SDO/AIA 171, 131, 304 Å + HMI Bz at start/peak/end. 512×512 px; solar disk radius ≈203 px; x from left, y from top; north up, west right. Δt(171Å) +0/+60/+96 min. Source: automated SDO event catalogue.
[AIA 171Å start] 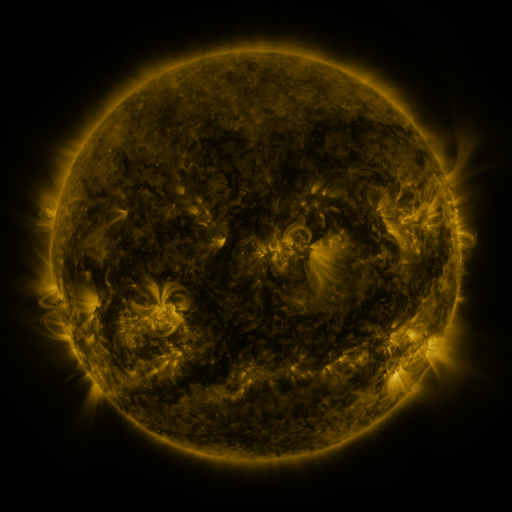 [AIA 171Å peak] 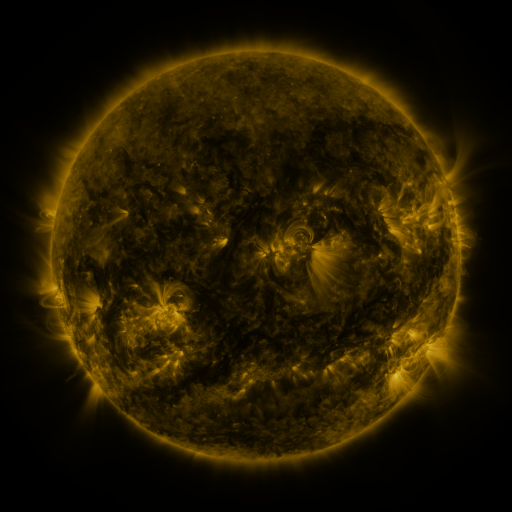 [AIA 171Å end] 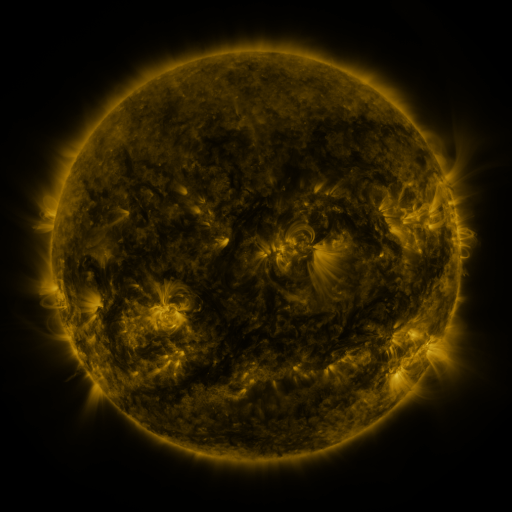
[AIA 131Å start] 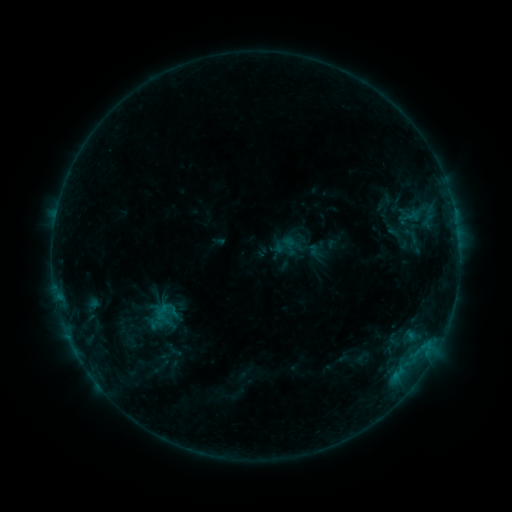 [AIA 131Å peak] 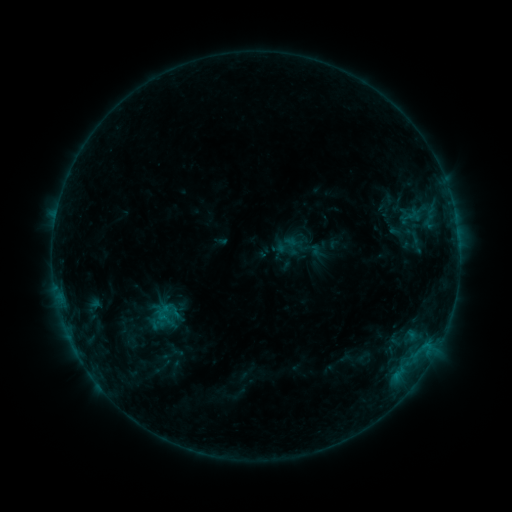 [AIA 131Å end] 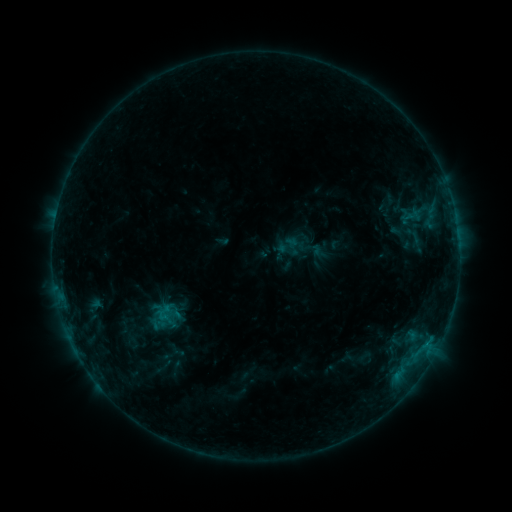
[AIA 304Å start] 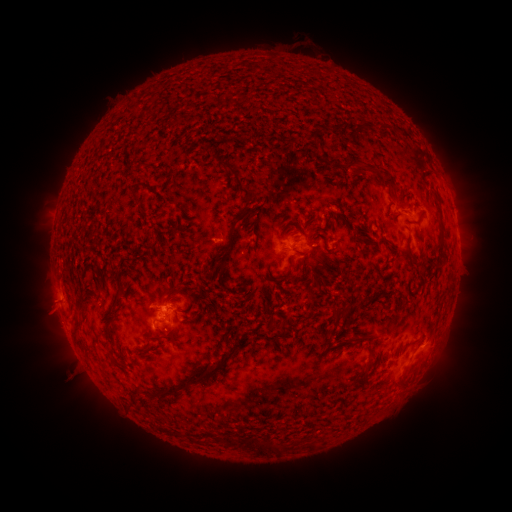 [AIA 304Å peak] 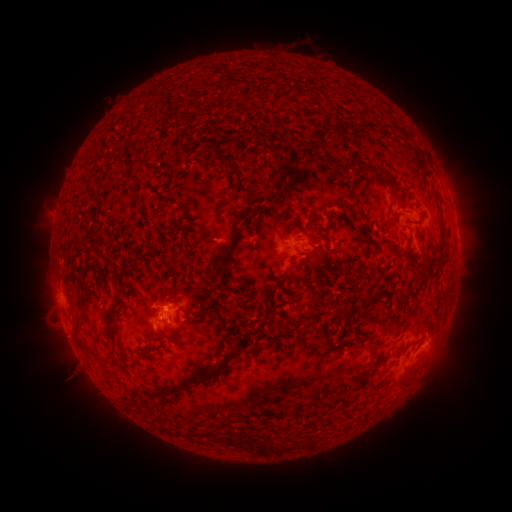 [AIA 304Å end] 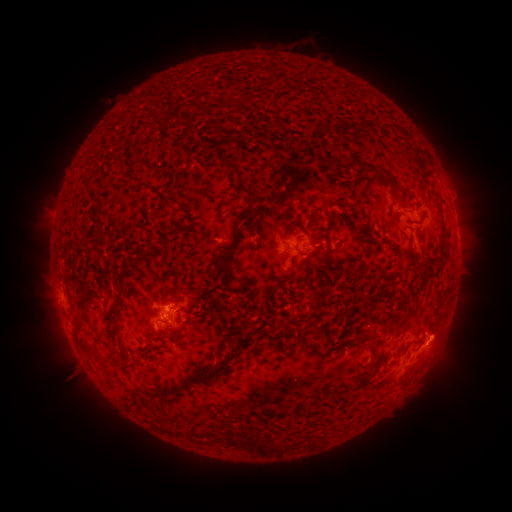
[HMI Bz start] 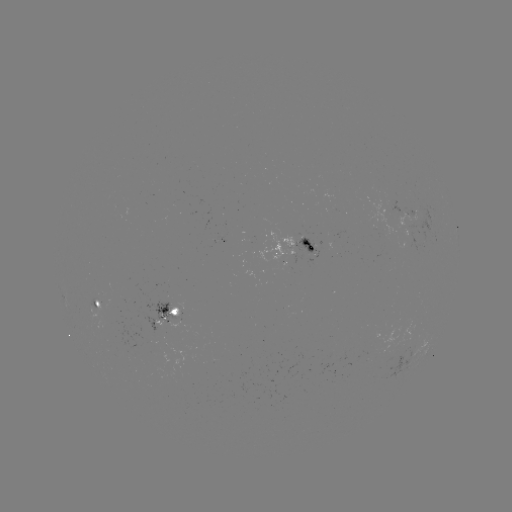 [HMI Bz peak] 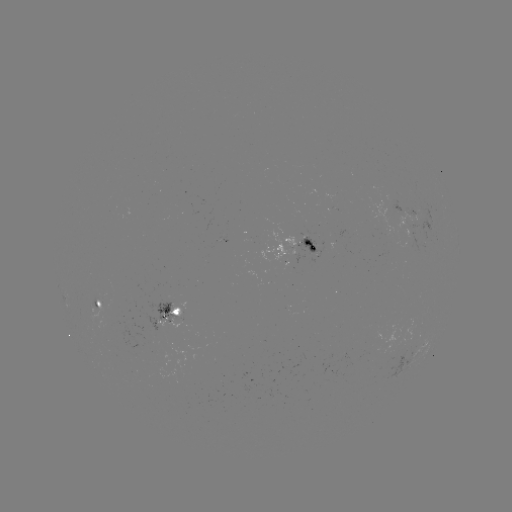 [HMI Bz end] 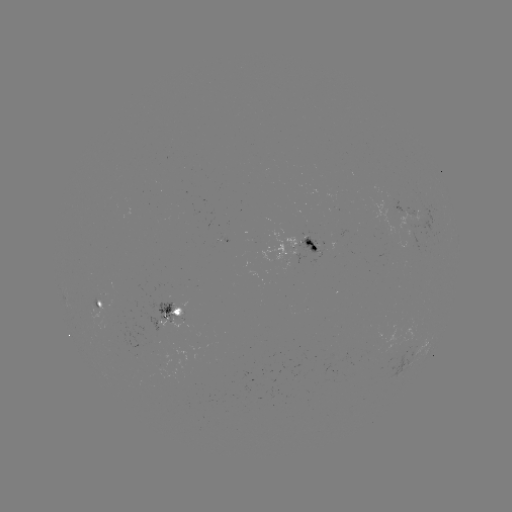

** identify emerging-flux region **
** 171,326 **